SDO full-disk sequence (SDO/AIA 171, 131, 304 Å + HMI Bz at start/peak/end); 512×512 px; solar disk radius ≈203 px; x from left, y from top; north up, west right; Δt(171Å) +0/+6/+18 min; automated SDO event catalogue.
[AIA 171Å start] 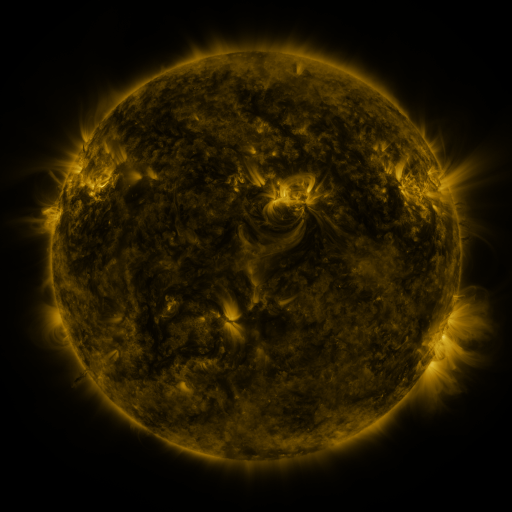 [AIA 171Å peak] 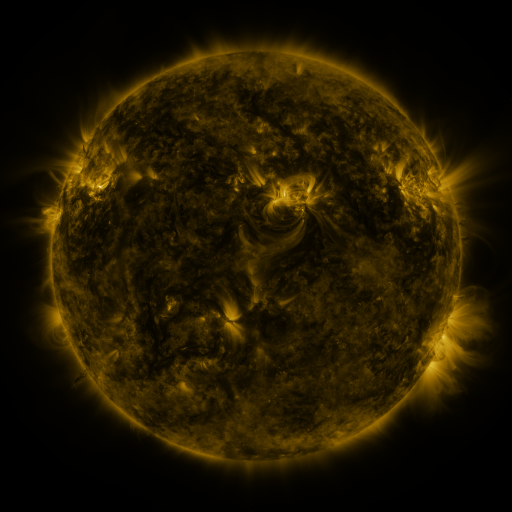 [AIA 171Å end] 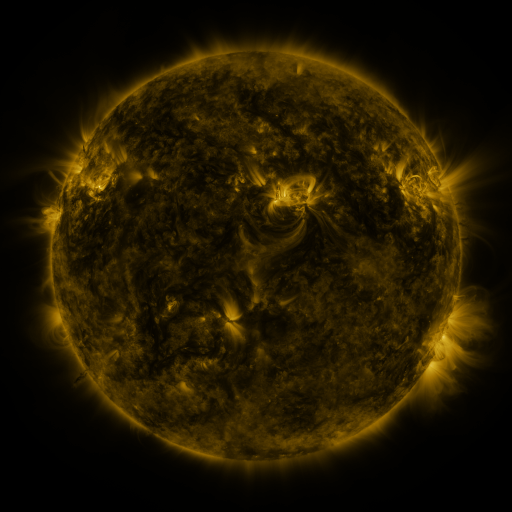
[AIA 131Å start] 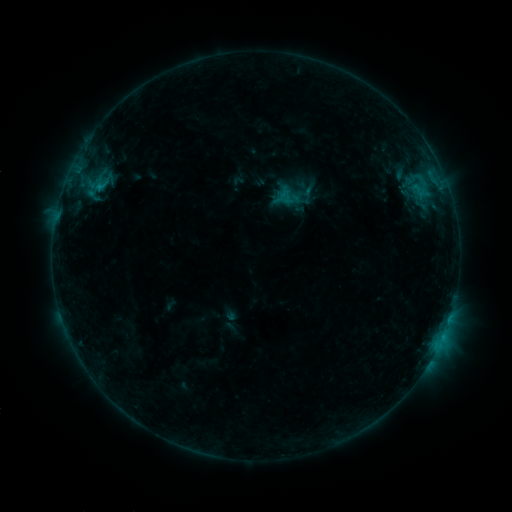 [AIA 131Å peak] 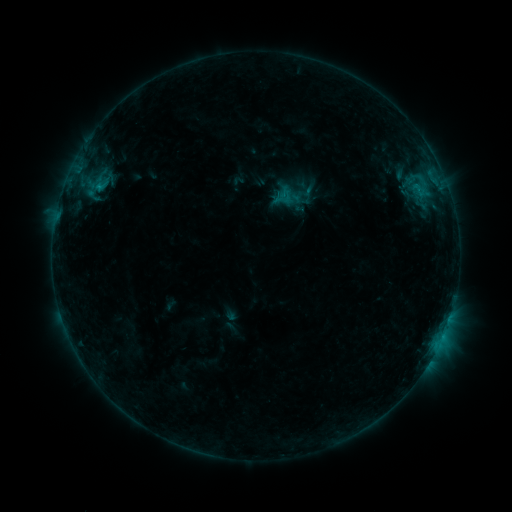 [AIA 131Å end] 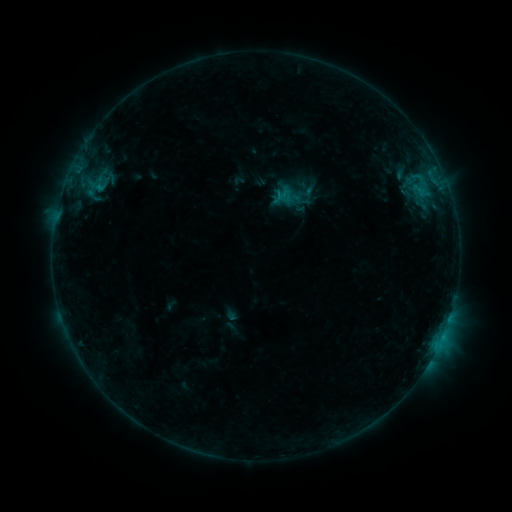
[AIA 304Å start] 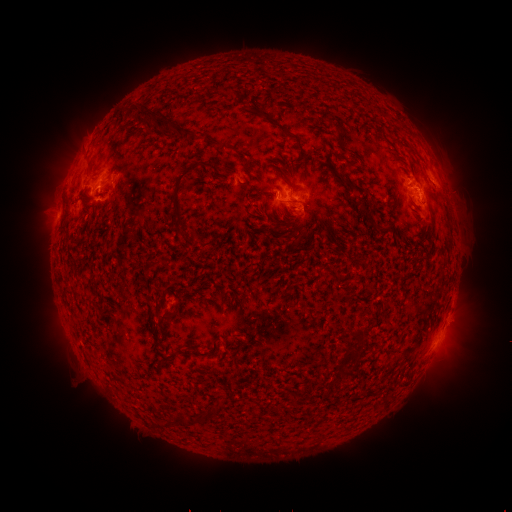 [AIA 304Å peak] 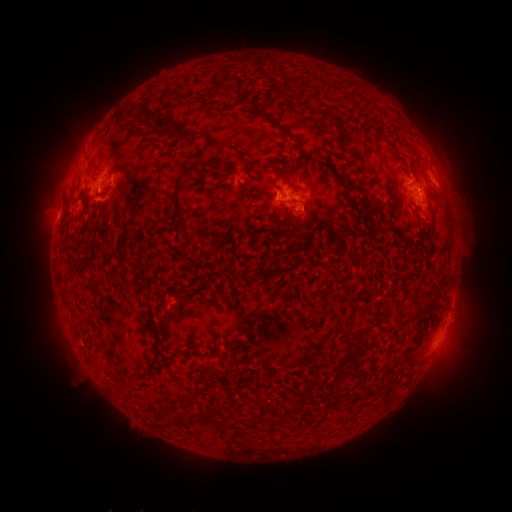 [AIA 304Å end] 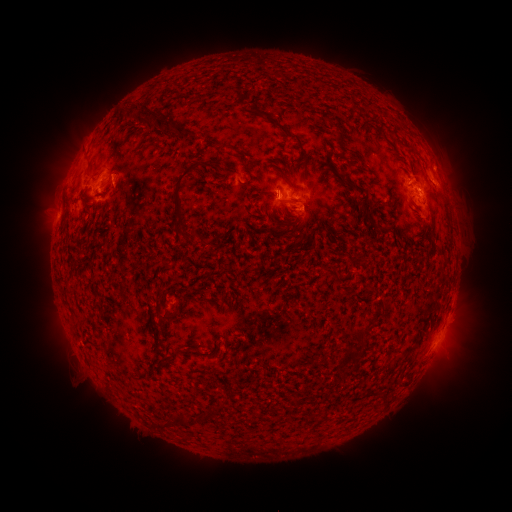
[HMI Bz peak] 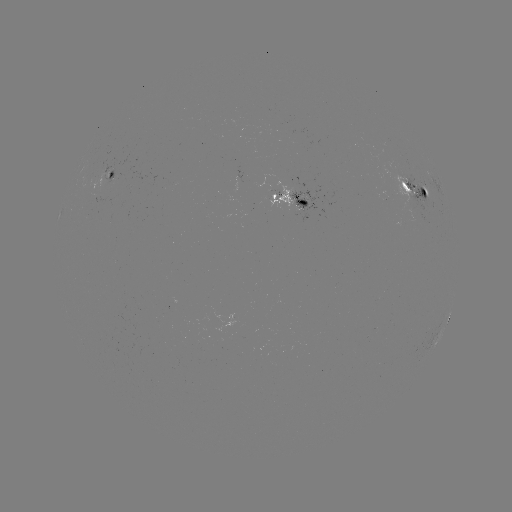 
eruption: [426, 302, 489, 387]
